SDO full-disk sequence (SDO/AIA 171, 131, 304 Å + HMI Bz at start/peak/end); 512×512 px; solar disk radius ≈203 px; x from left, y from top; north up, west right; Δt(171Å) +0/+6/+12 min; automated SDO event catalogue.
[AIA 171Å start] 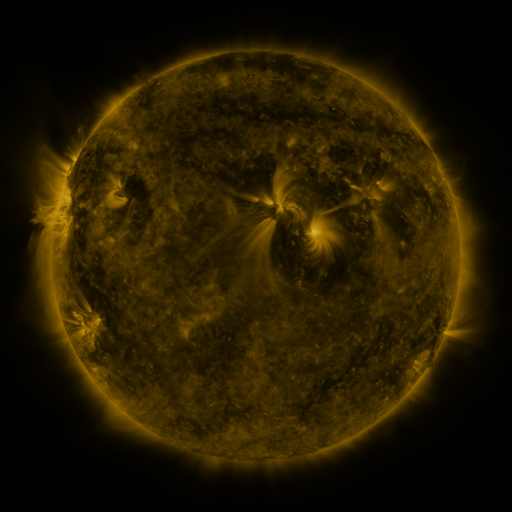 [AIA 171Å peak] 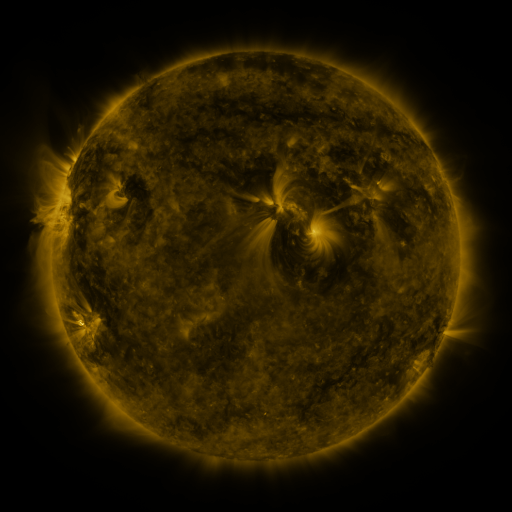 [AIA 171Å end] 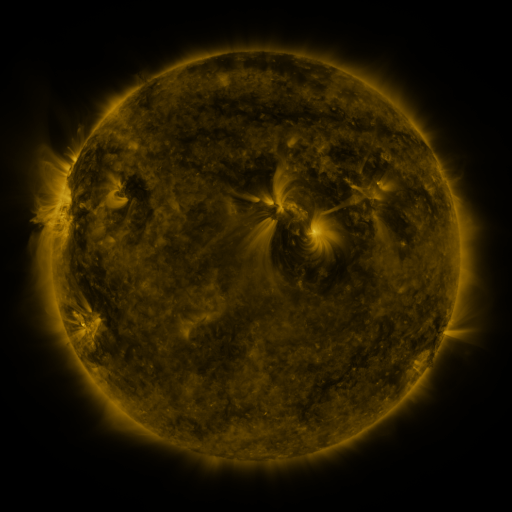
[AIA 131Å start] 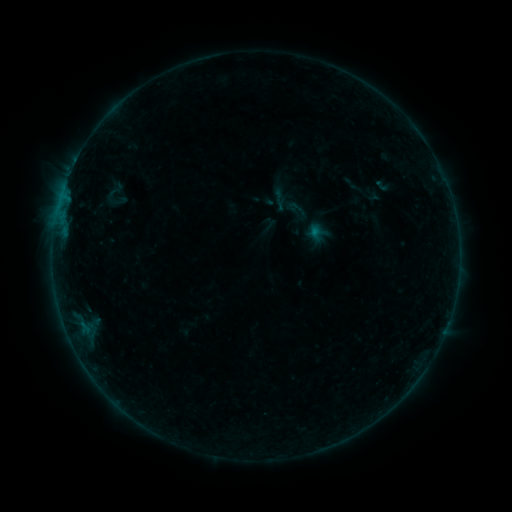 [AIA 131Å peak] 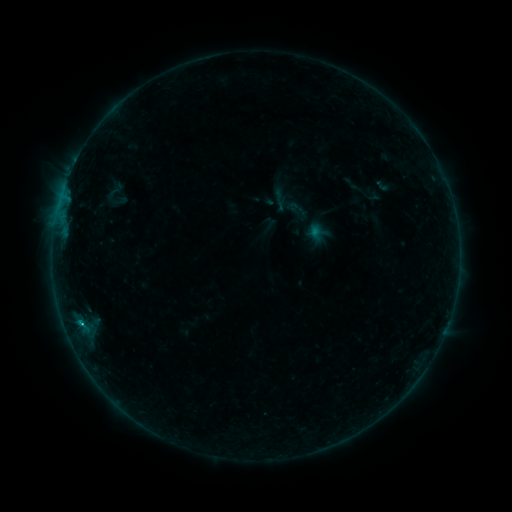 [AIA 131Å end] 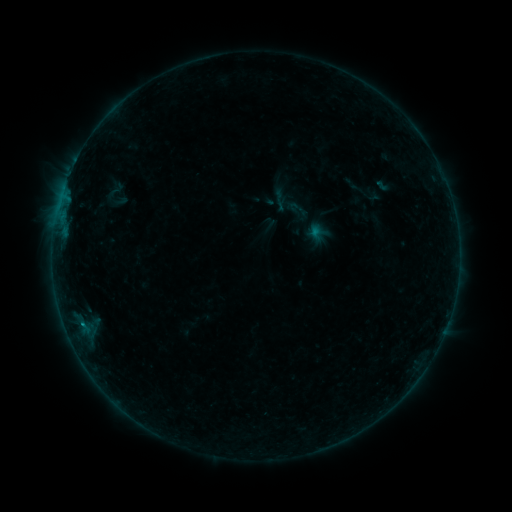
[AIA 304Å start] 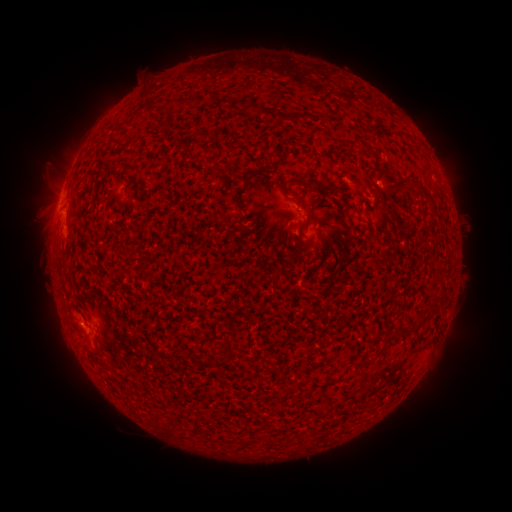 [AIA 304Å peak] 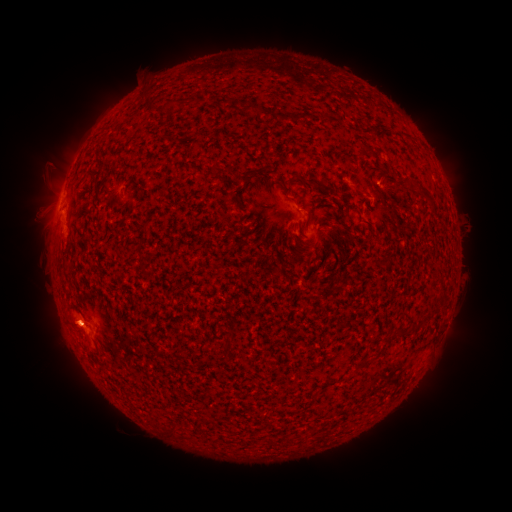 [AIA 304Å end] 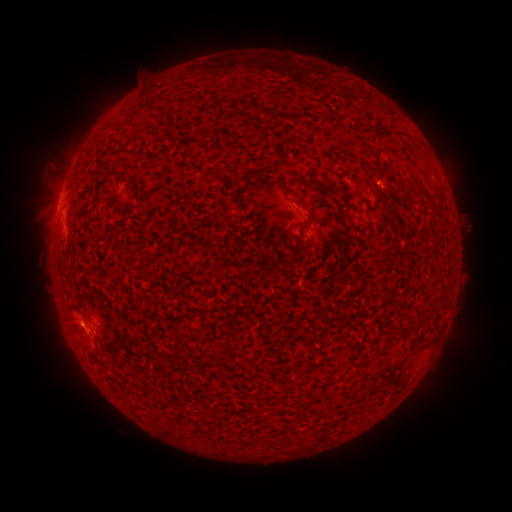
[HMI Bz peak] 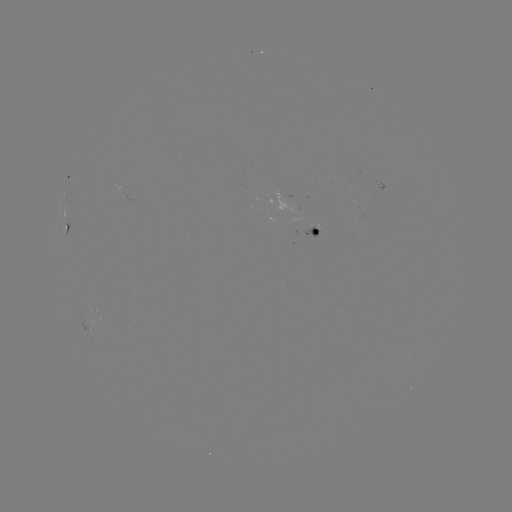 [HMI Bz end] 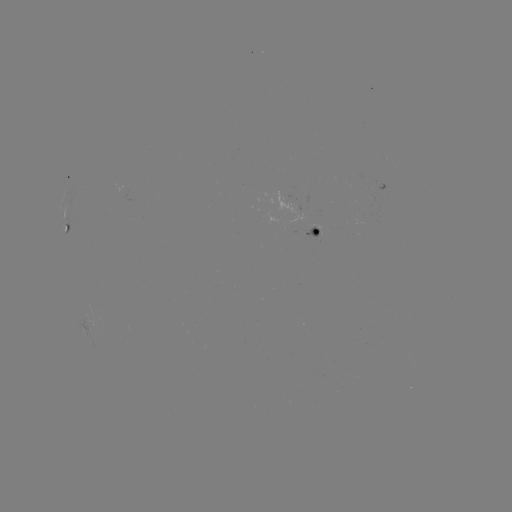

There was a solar flare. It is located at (81, 321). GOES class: B4.9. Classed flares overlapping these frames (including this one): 1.